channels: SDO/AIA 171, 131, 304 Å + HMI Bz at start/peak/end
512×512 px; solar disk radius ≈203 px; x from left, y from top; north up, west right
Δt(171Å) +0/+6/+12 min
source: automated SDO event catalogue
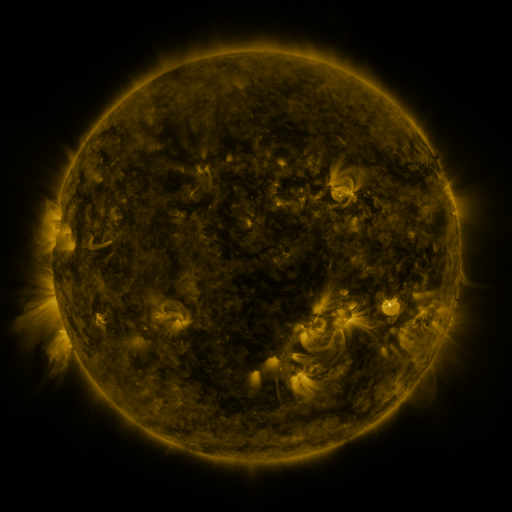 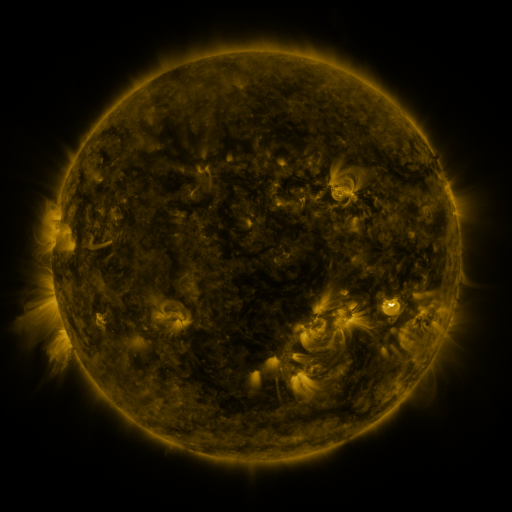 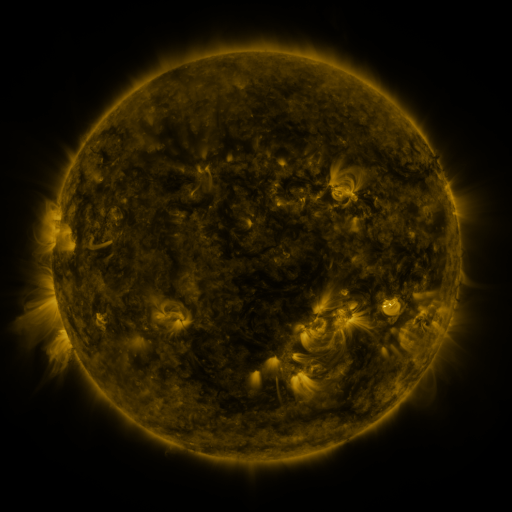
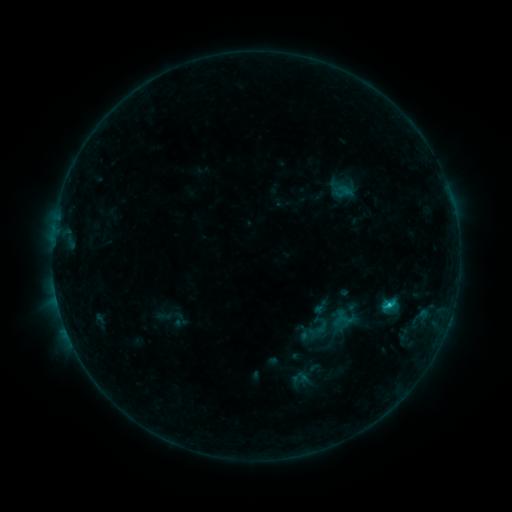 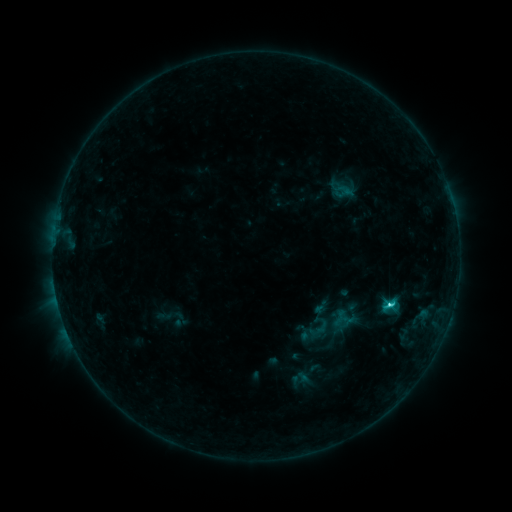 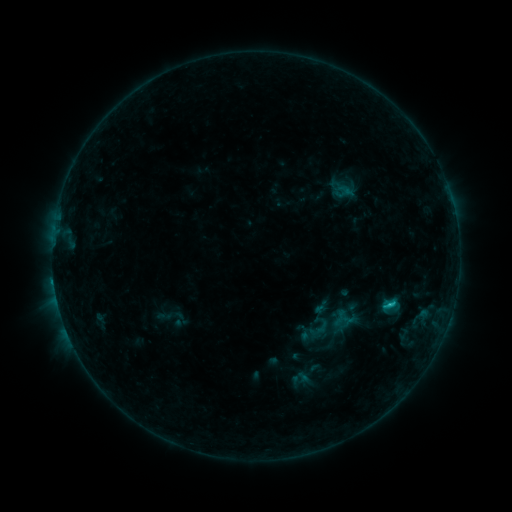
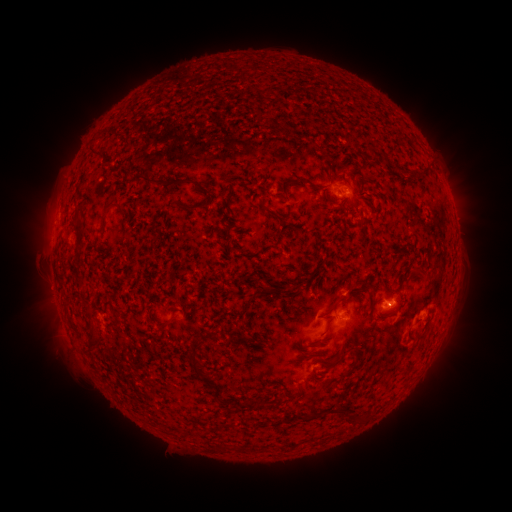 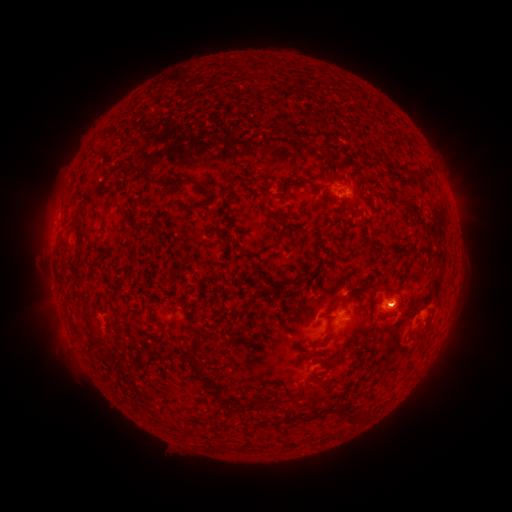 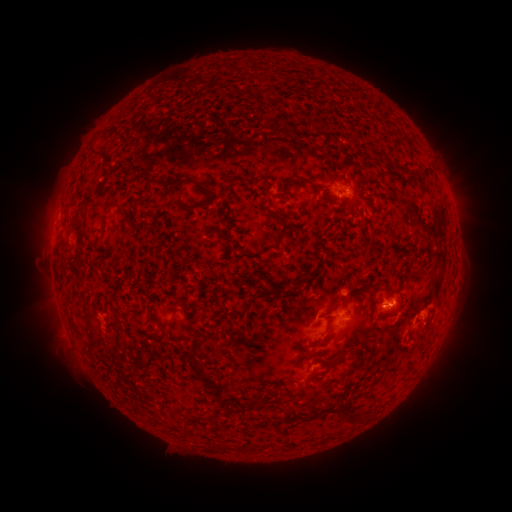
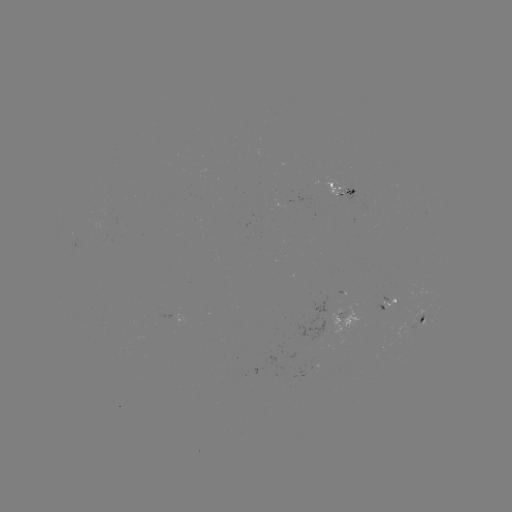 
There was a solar flare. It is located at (389, 302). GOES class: C2.0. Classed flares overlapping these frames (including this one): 2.